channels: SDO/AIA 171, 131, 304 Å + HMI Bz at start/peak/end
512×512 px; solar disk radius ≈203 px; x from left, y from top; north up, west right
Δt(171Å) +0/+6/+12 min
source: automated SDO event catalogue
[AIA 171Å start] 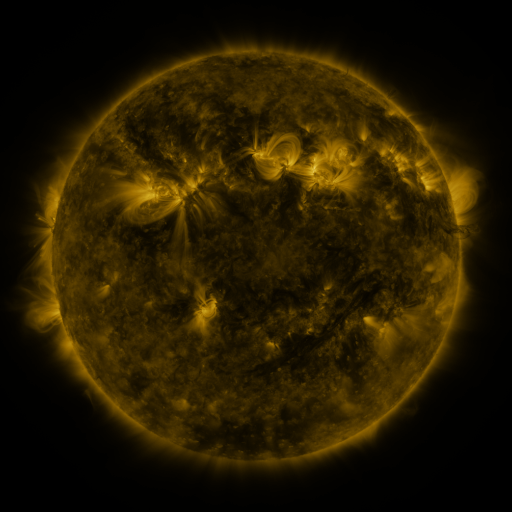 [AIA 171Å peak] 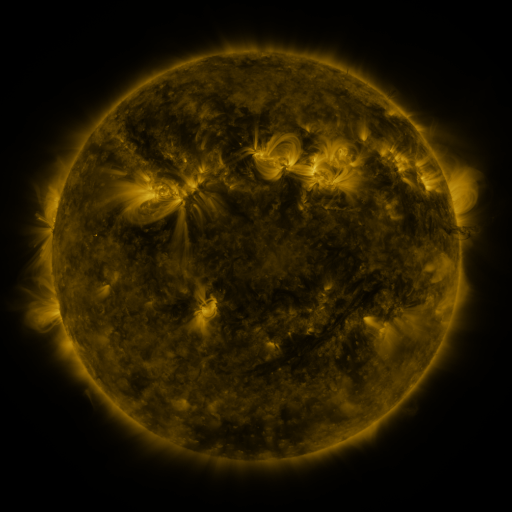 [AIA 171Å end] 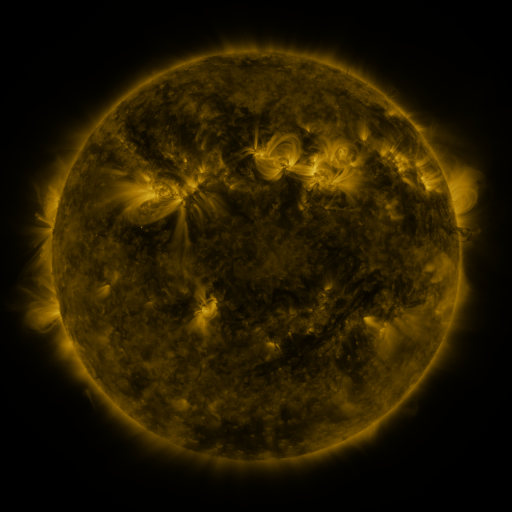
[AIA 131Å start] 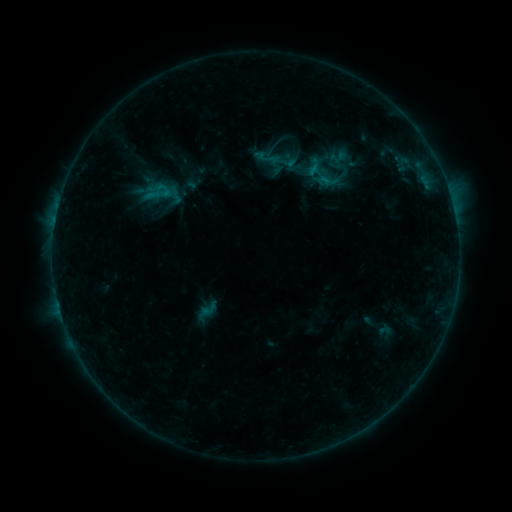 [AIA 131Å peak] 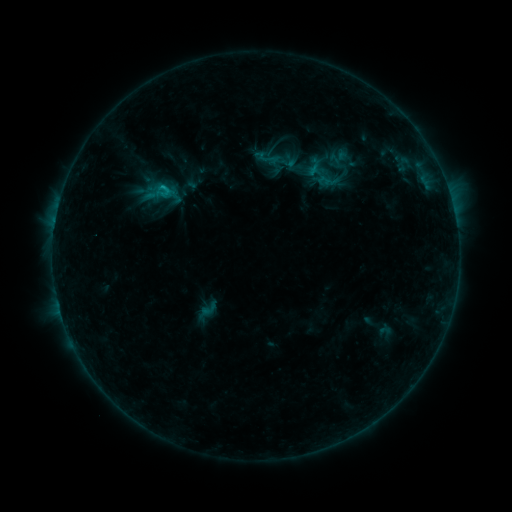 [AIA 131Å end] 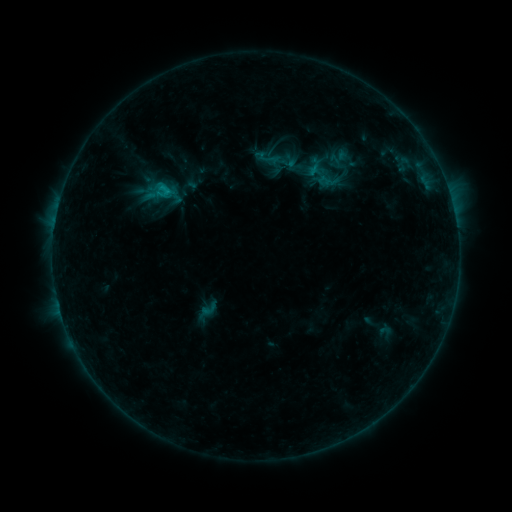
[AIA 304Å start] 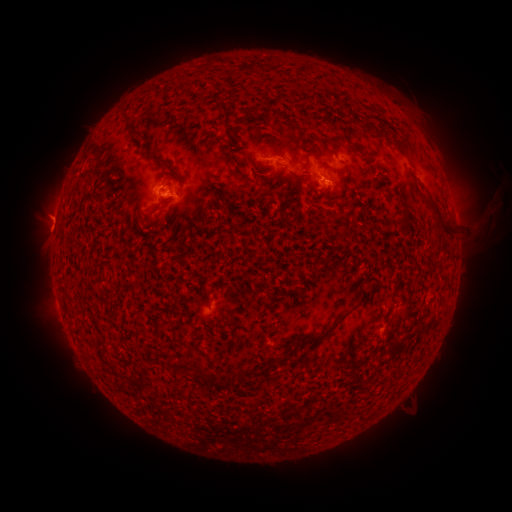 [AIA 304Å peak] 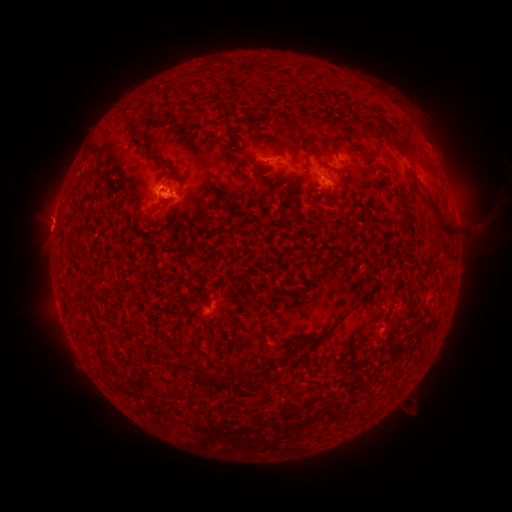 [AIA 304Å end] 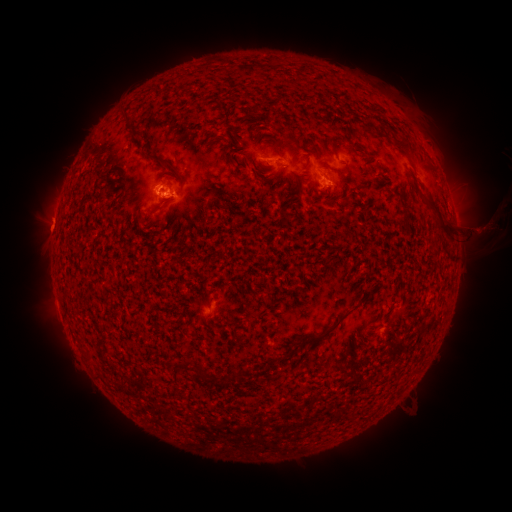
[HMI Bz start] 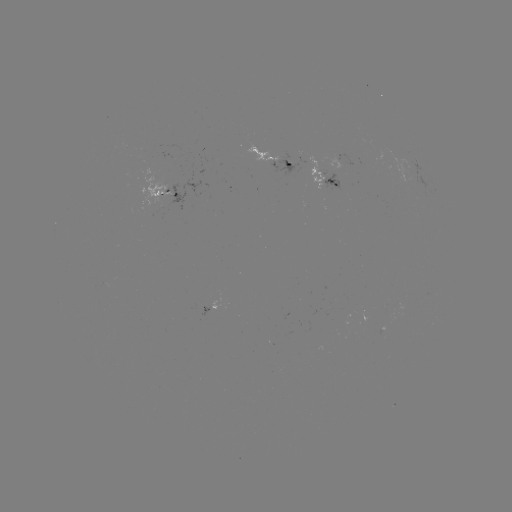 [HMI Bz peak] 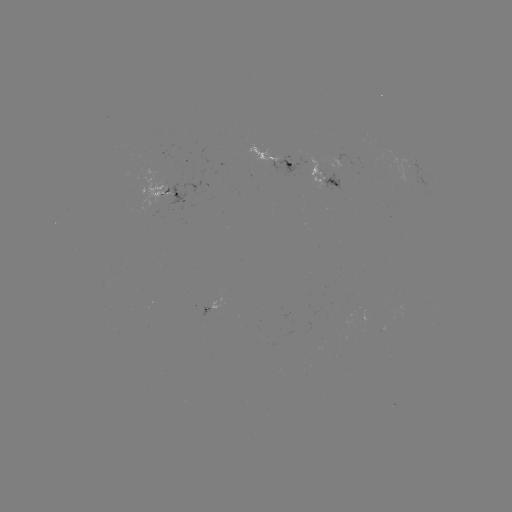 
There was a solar eruption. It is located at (435, 142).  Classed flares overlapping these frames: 1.